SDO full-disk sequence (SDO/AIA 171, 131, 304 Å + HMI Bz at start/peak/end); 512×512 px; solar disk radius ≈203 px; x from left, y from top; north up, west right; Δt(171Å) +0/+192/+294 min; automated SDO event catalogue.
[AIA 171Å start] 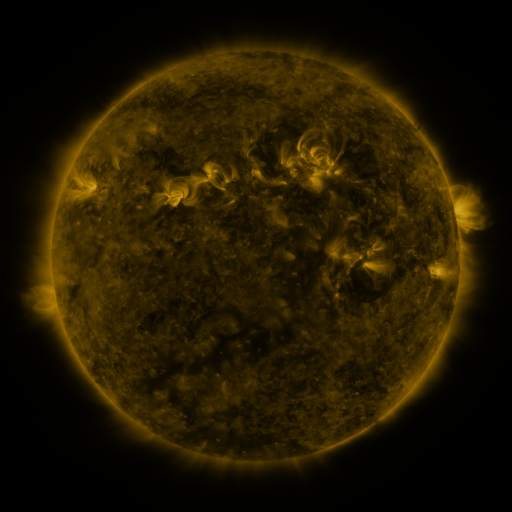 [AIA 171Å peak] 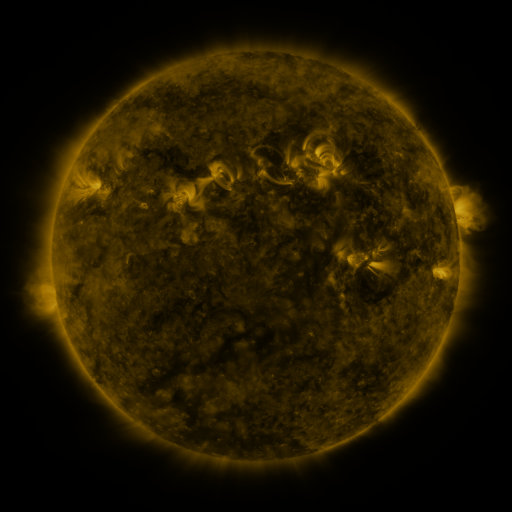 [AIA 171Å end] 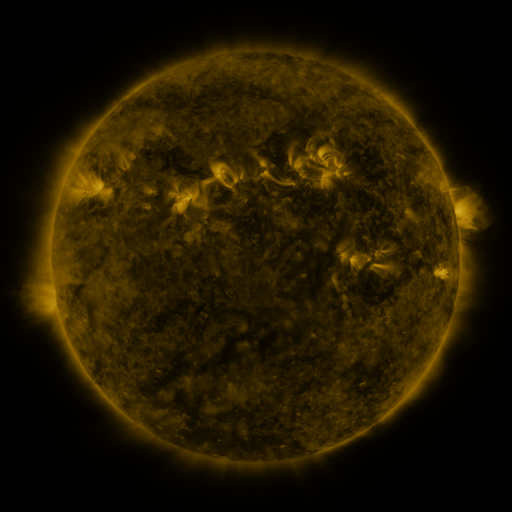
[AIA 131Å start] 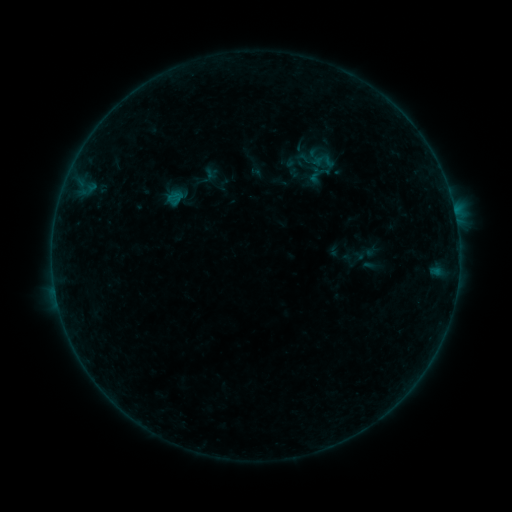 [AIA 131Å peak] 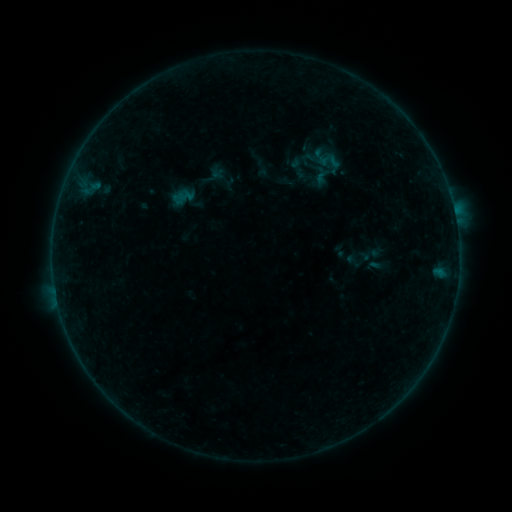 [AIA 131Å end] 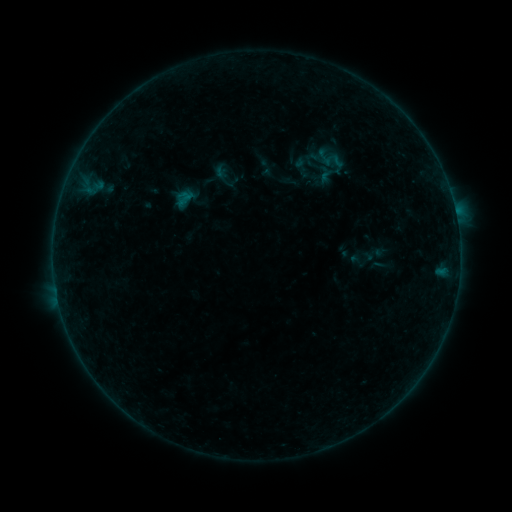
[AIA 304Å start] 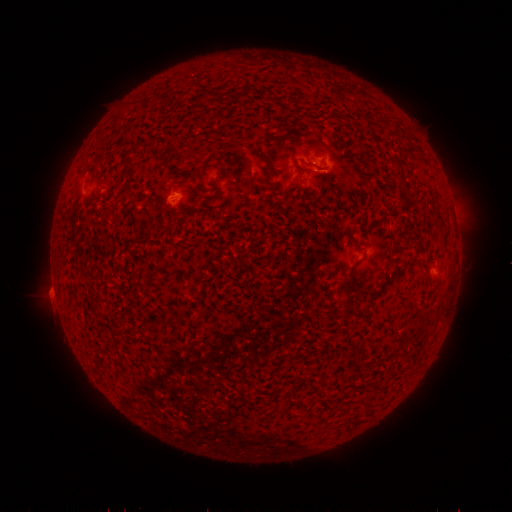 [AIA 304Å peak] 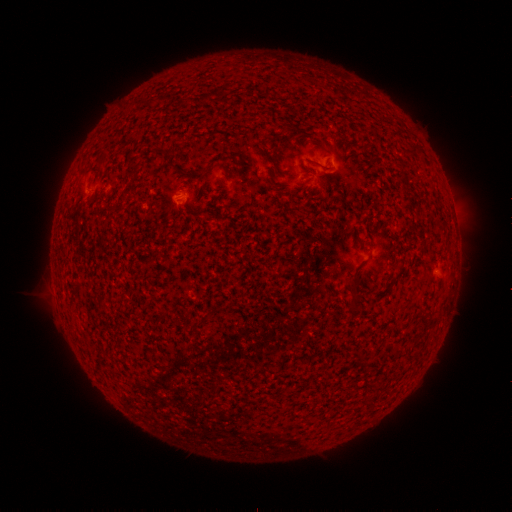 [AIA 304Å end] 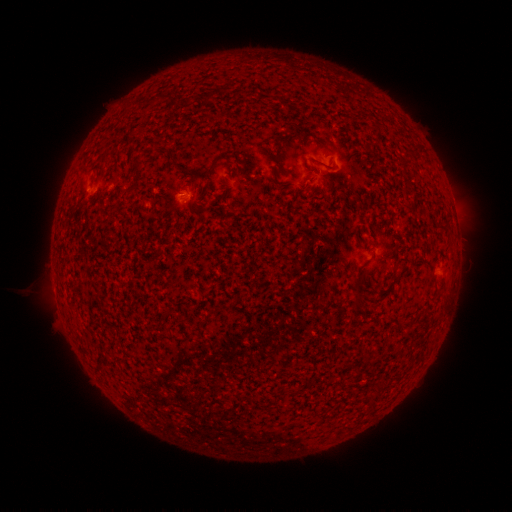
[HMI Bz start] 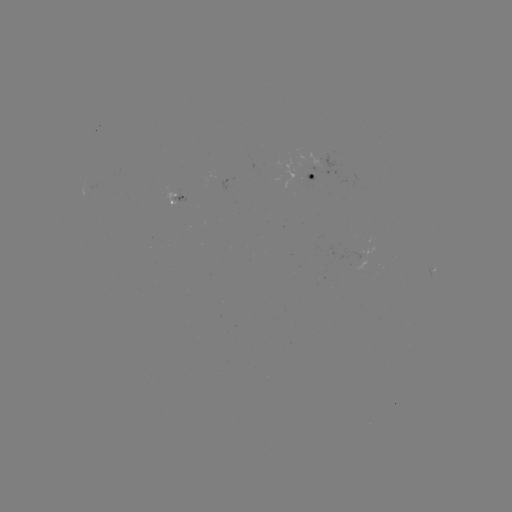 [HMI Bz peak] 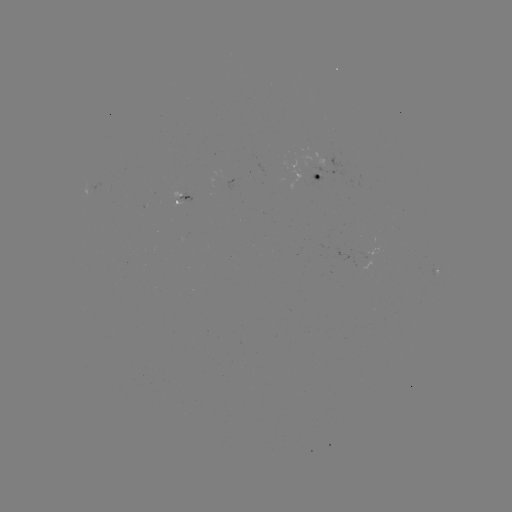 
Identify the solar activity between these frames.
emerging-flux region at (318, 176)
